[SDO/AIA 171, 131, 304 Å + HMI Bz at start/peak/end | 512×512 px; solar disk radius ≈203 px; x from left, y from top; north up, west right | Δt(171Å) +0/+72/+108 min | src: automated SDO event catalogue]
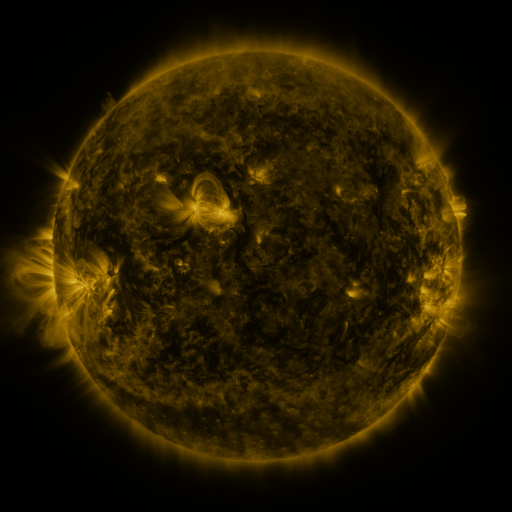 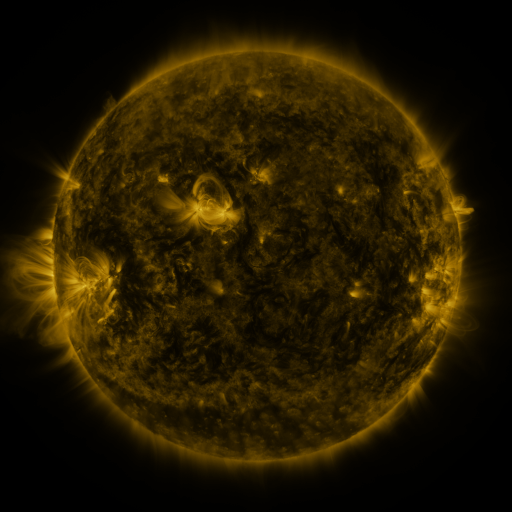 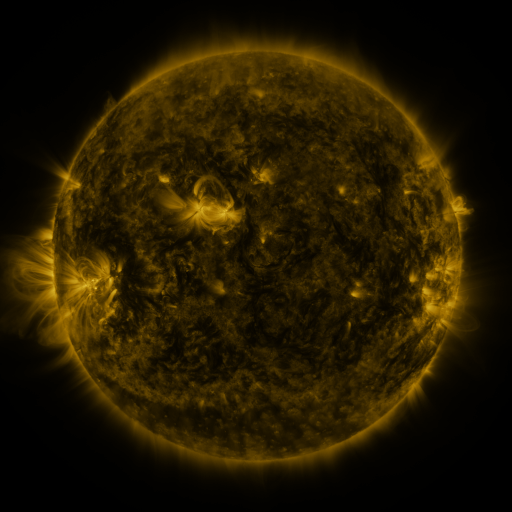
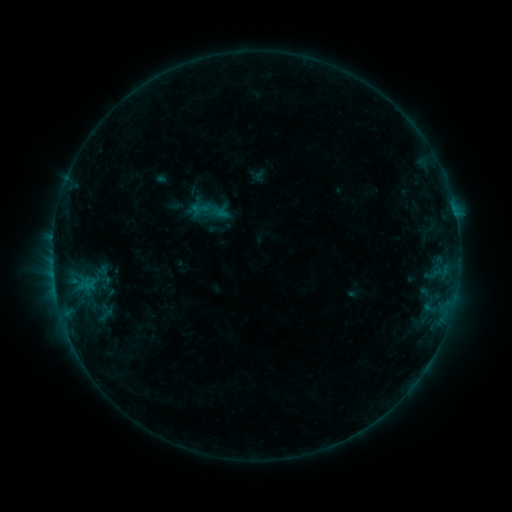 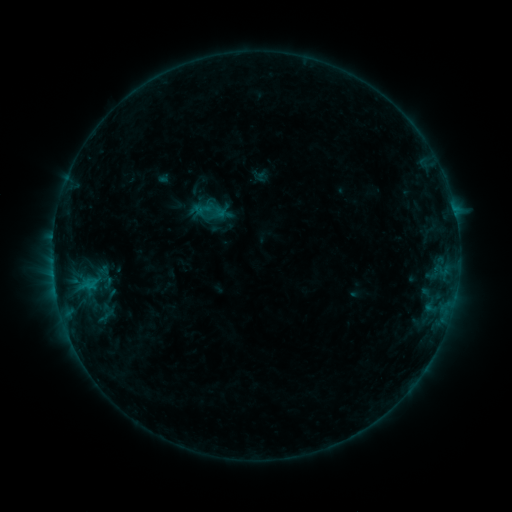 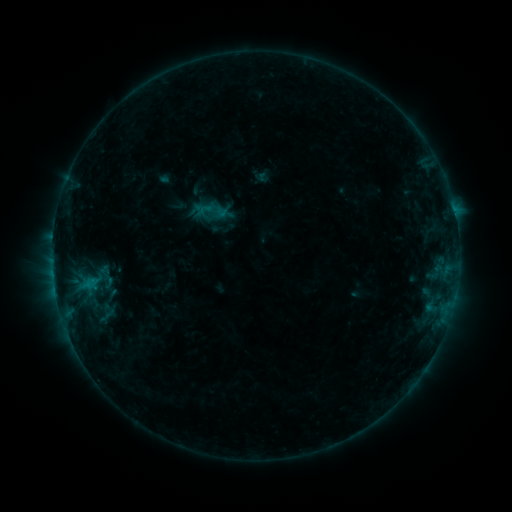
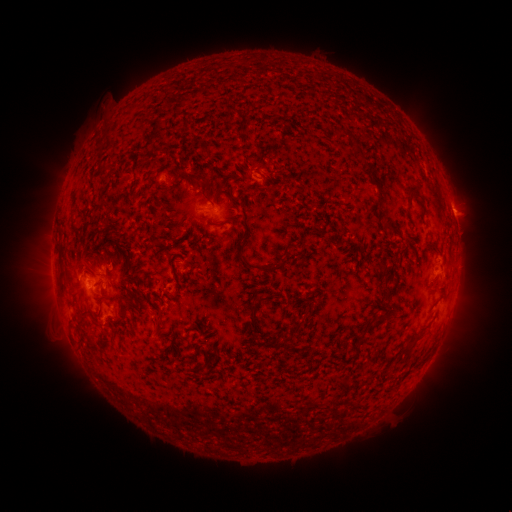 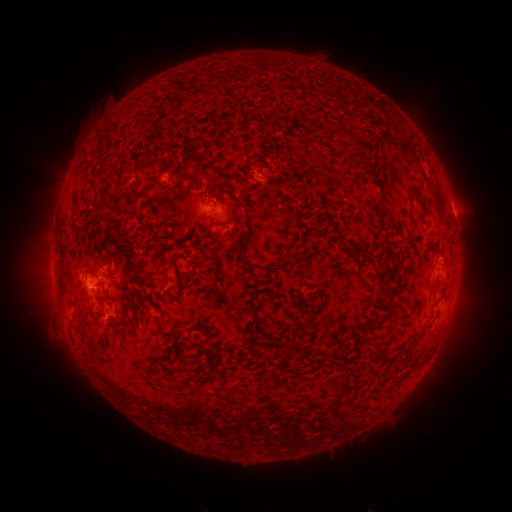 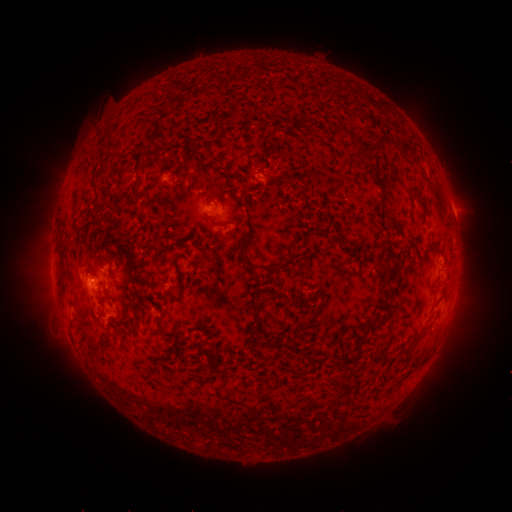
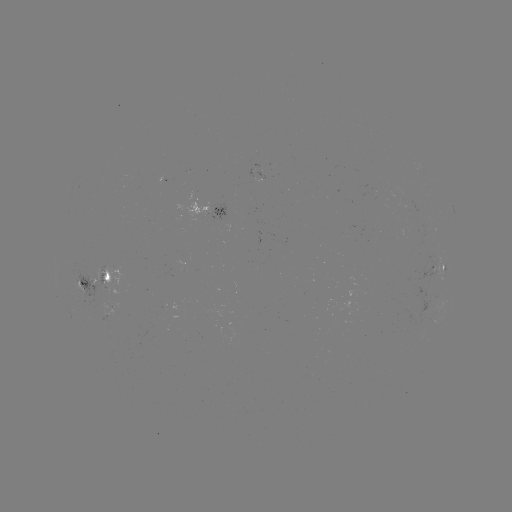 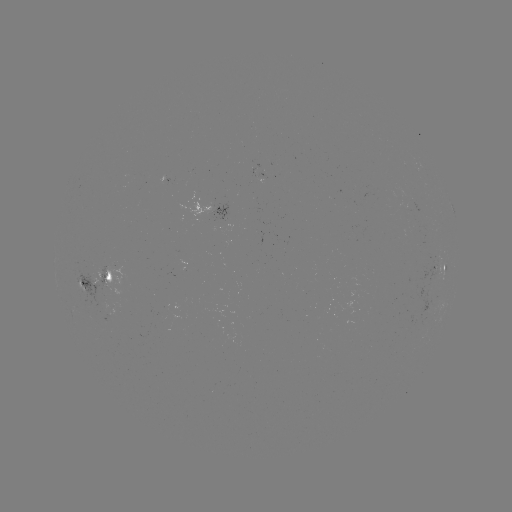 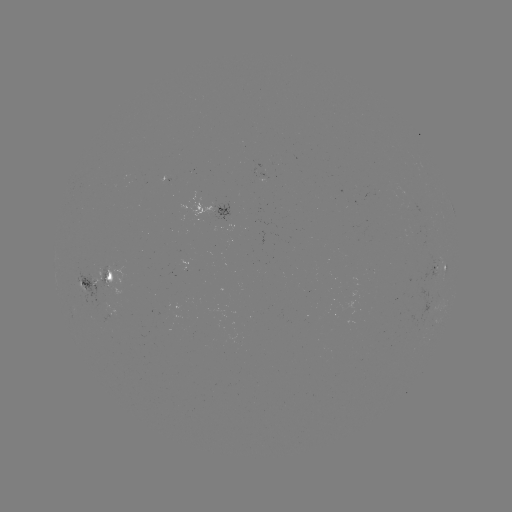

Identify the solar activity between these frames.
emerging-flux region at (407, 208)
